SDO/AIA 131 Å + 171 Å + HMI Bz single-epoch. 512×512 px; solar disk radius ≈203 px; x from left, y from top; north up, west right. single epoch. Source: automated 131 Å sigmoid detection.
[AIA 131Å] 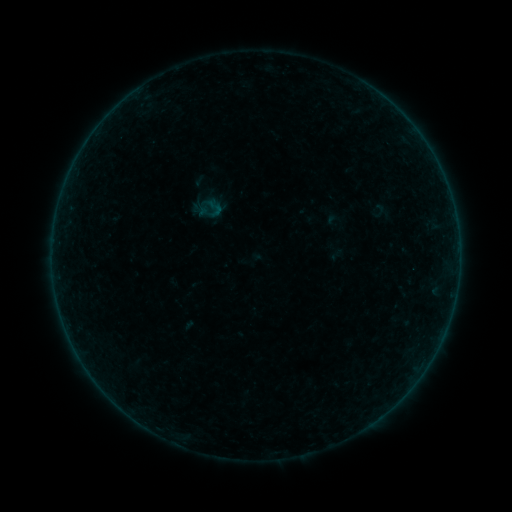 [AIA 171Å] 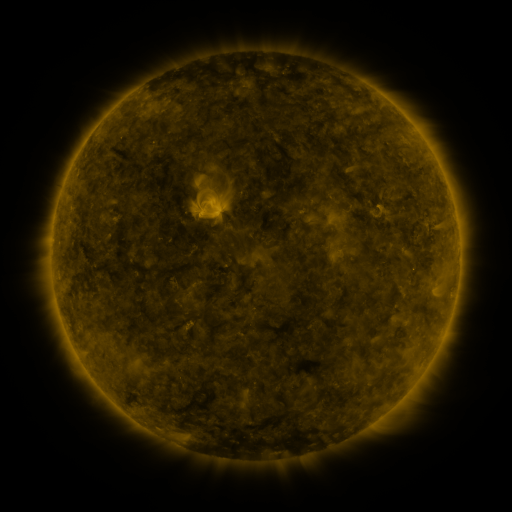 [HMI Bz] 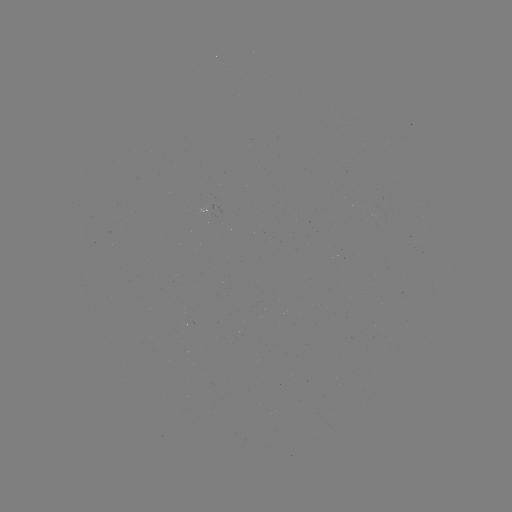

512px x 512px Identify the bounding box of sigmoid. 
[369, 202, 389, 219].